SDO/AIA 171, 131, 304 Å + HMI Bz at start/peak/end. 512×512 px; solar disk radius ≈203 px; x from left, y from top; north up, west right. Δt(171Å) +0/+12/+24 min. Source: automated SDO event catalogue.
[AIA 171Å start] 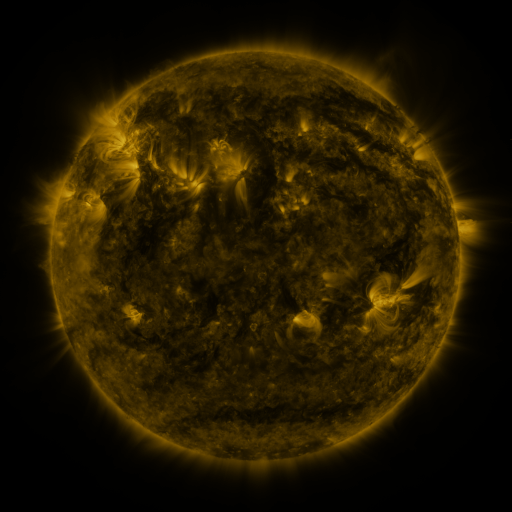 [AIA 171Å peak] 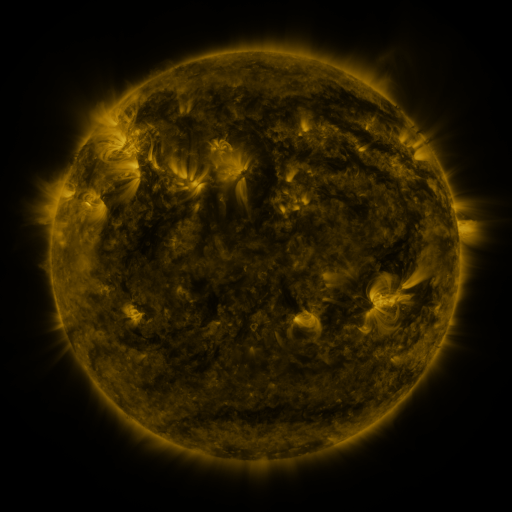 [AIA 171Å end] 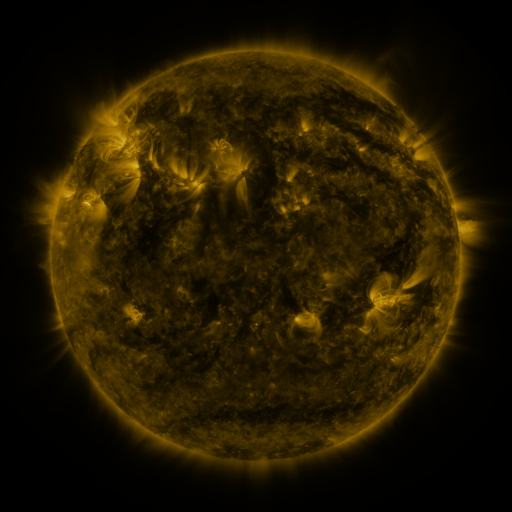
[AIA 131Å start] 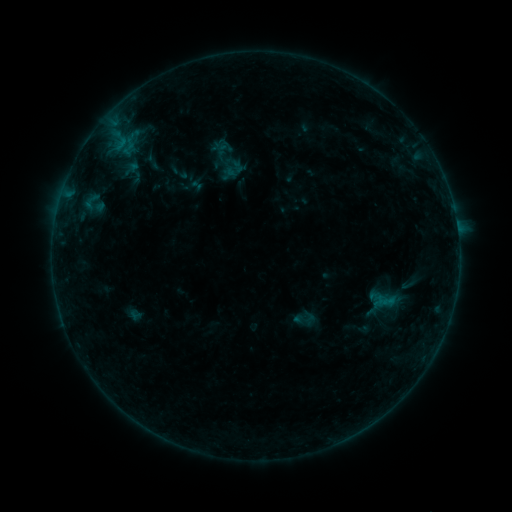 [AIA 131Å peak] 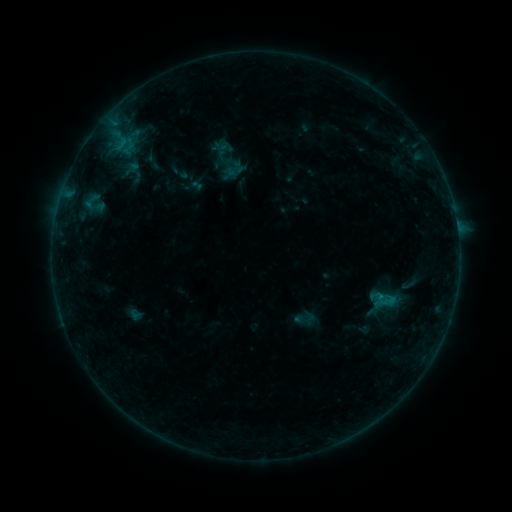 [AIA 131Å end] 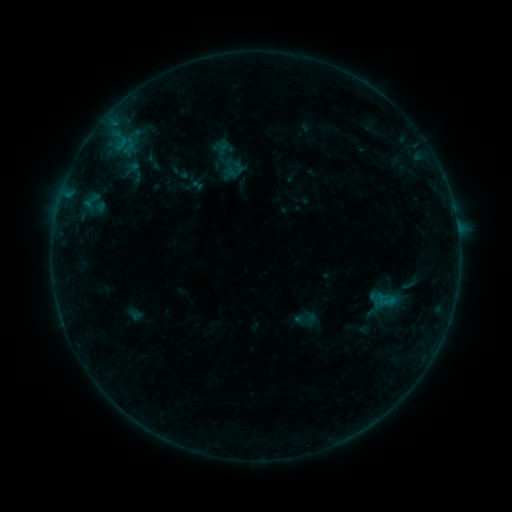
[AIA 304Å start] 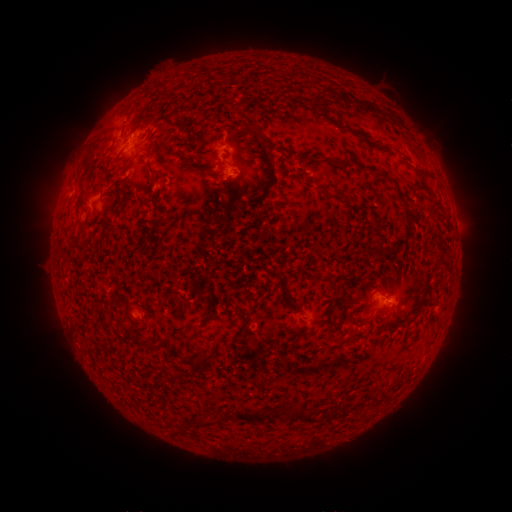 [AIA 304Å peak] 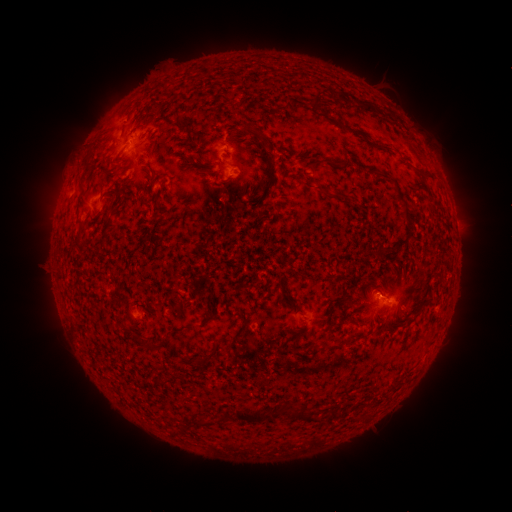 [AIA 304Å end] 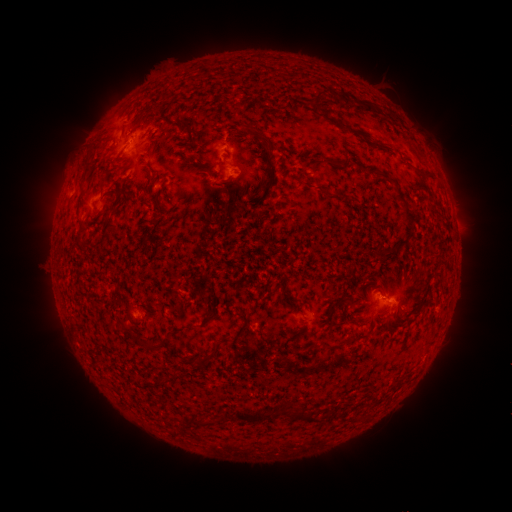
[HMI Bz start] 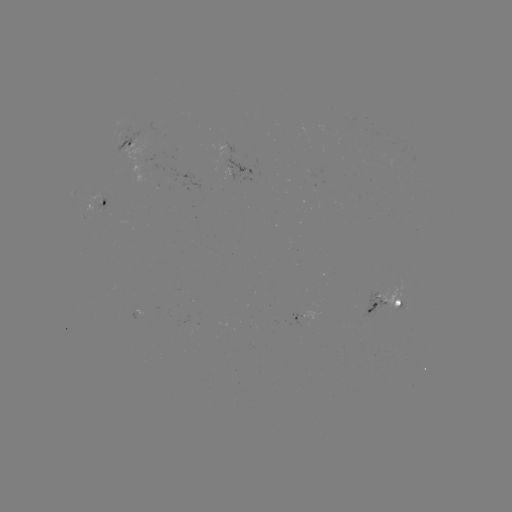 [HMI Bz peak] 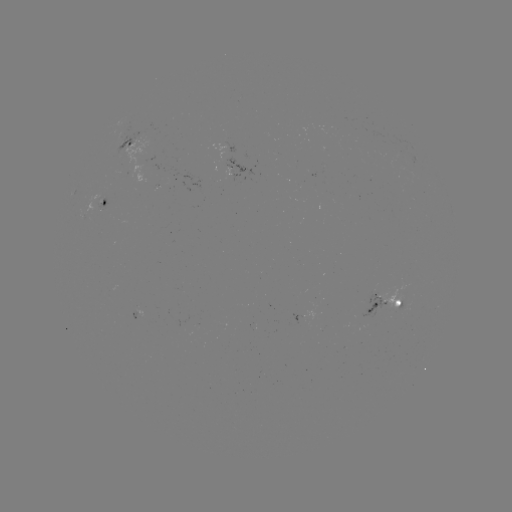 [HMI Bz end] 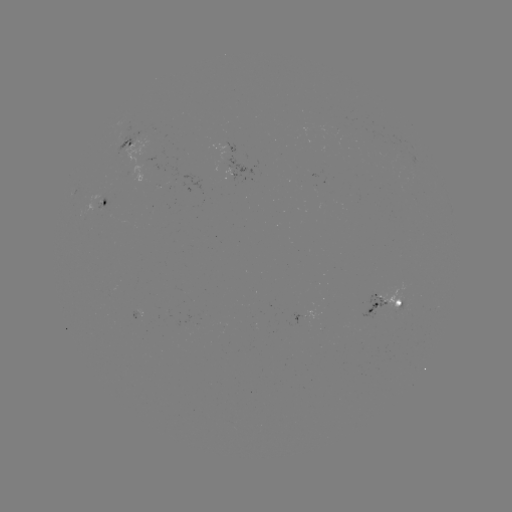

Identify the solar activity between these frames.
B3.3 flare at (379, 293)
